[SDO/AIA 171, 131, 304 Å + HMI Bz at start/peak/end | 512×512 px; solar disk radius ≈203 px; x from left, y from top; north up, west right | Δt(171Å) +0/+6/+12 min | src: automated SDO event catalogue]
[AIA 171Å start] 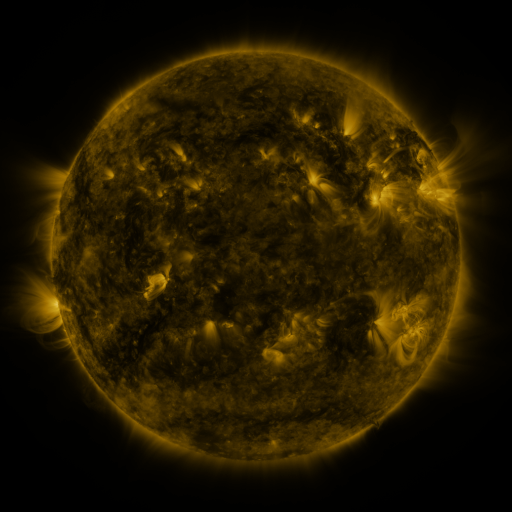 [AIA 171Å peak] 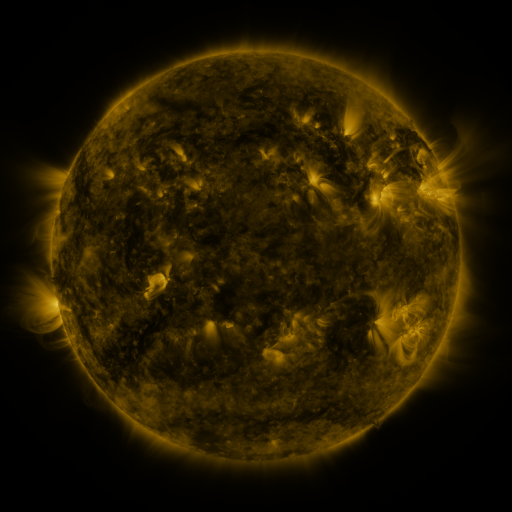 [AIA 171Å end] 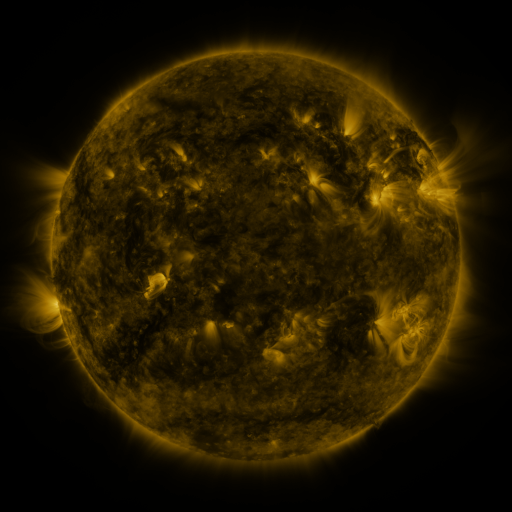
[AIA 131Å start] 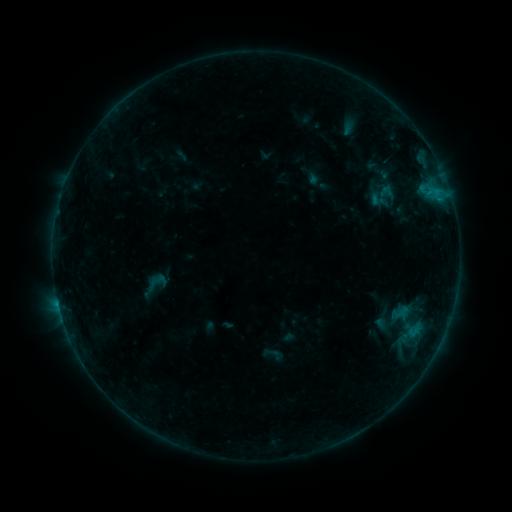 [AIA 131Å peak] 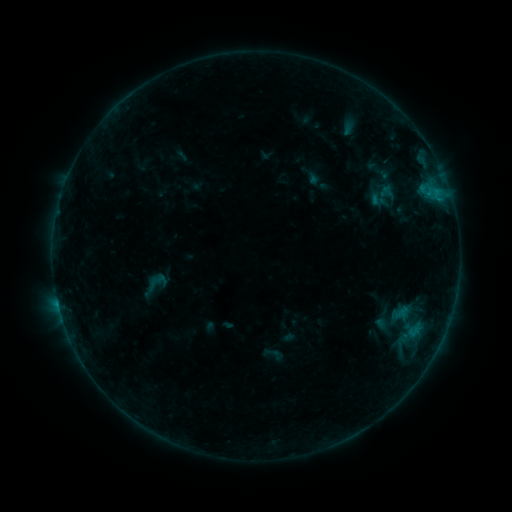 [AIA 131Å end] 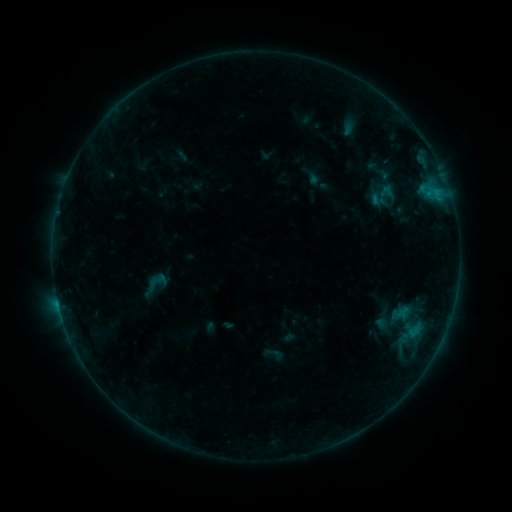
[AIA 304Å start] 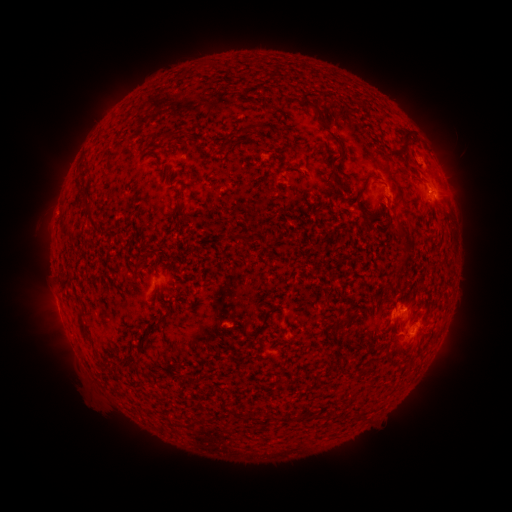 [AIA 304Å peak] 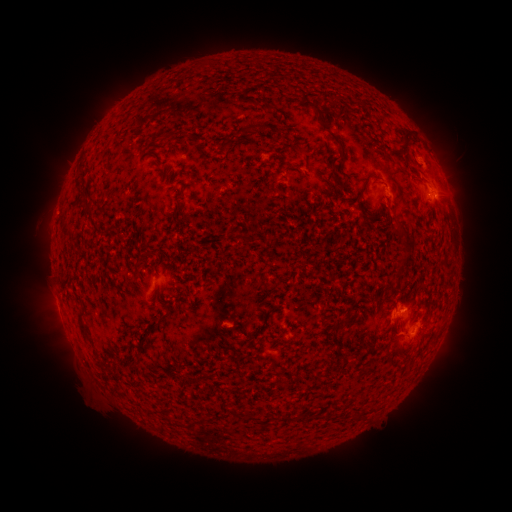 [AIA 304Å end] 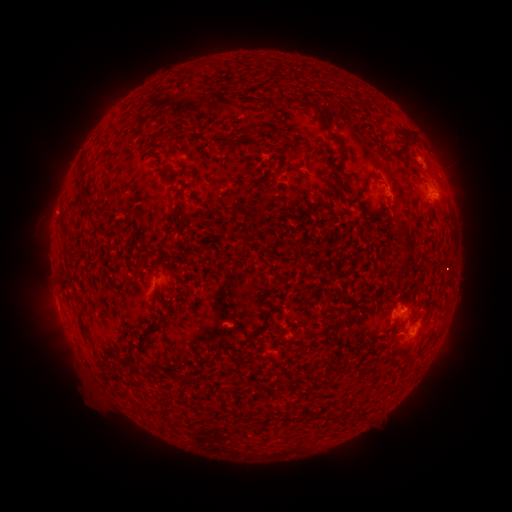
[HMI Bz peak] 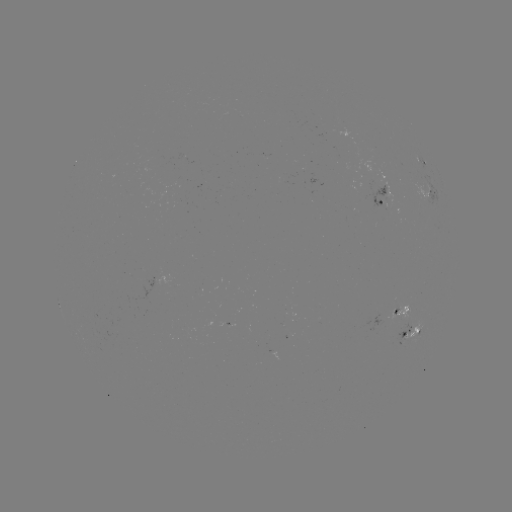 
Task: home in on B4.0 flare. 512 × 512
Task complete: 431,196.